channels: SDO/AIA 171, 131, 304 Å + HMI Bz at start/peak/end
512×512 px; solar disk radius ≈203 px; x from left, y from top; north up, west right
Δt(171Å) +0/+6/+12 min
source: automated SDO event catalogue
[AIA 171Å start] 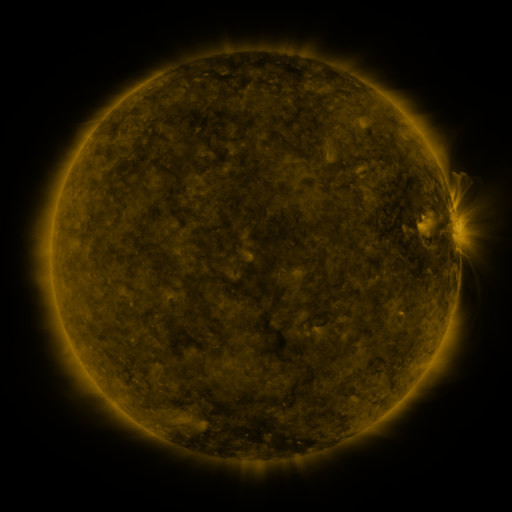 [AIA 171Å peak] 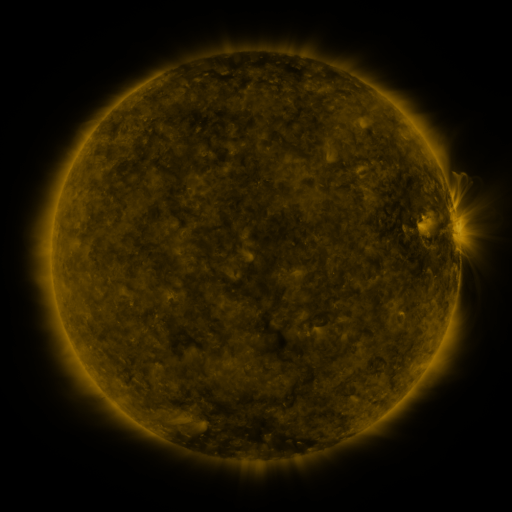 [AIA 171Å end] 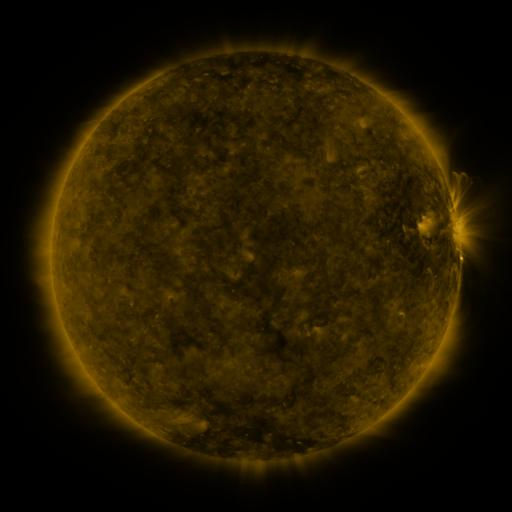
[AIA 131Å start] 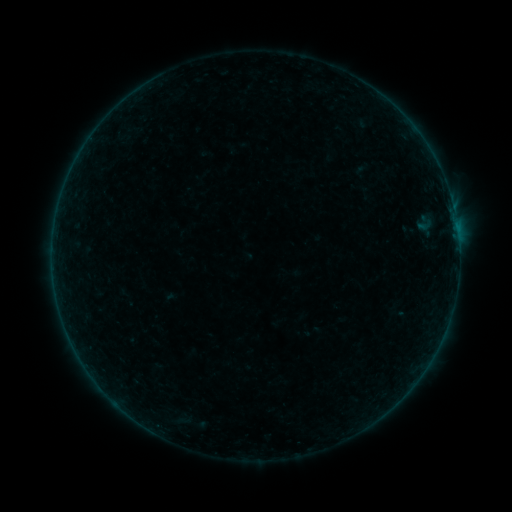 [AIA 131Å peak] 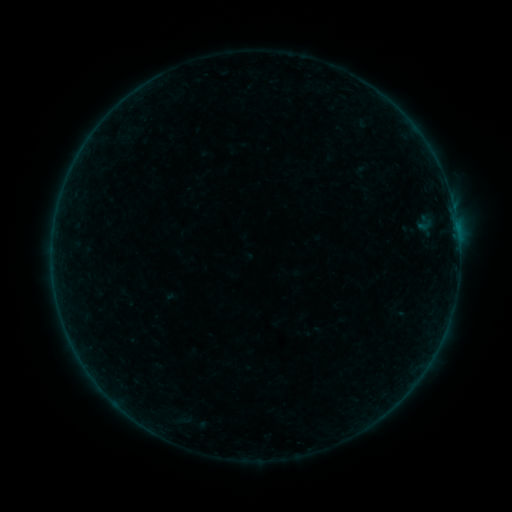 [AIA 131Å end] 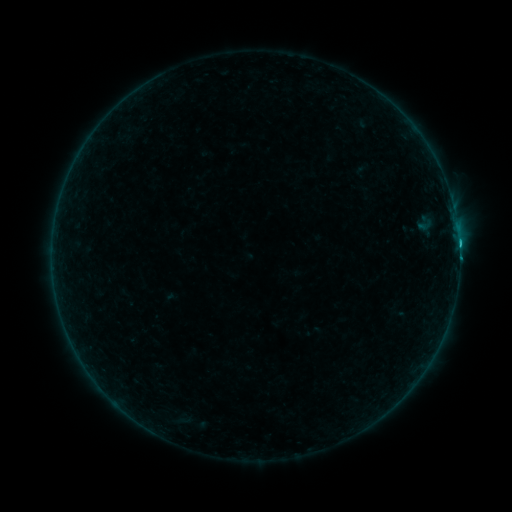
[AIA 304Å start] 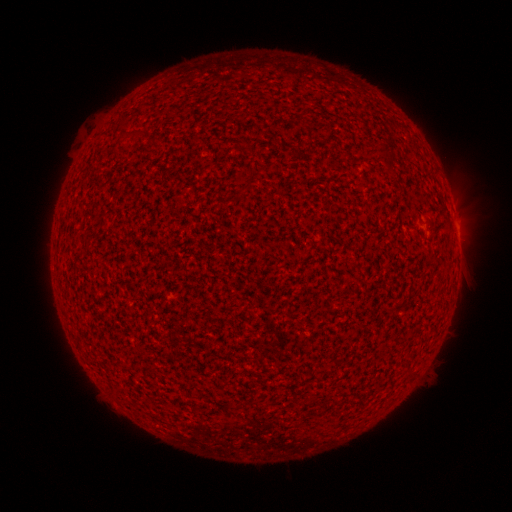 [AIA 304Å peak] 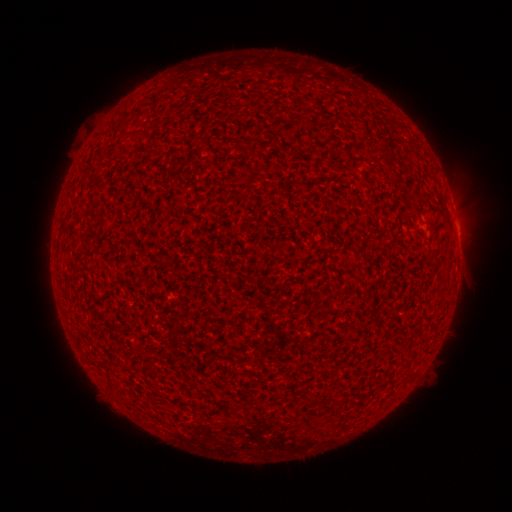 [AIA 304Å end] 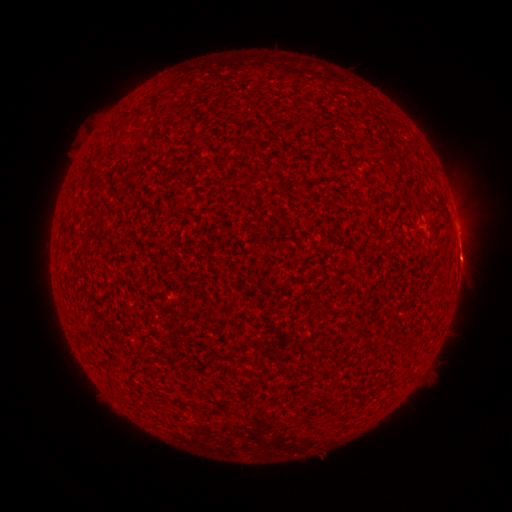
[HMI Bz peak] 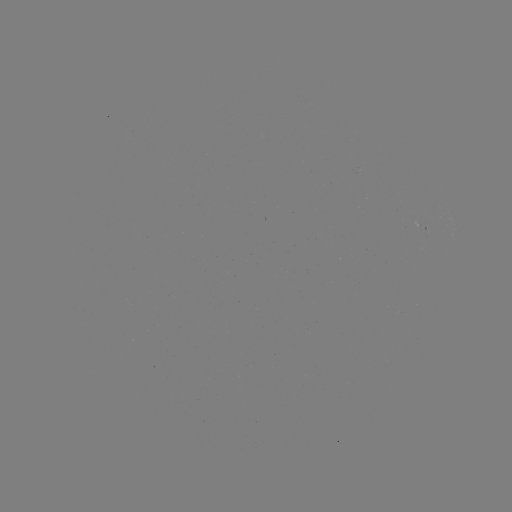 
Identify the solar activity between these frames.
eruption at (458, 256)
